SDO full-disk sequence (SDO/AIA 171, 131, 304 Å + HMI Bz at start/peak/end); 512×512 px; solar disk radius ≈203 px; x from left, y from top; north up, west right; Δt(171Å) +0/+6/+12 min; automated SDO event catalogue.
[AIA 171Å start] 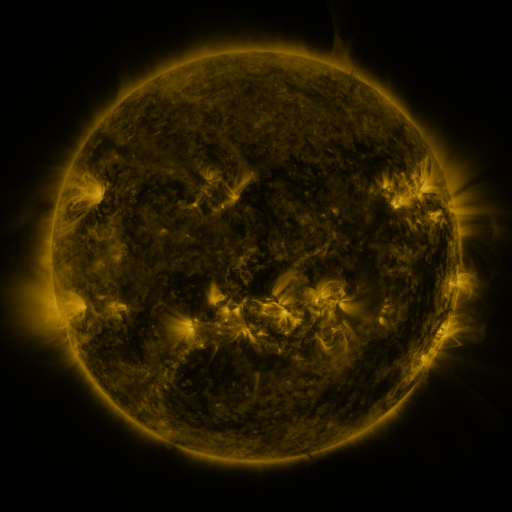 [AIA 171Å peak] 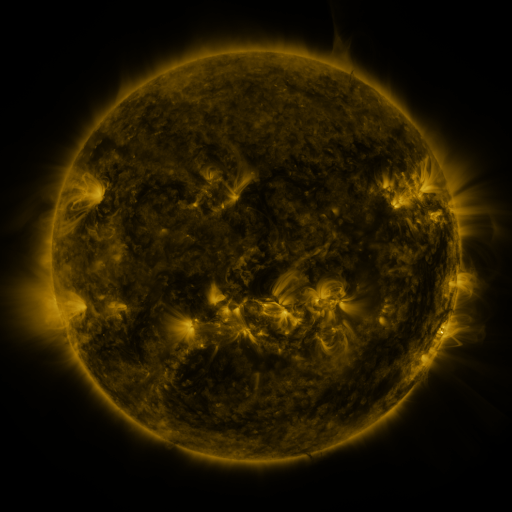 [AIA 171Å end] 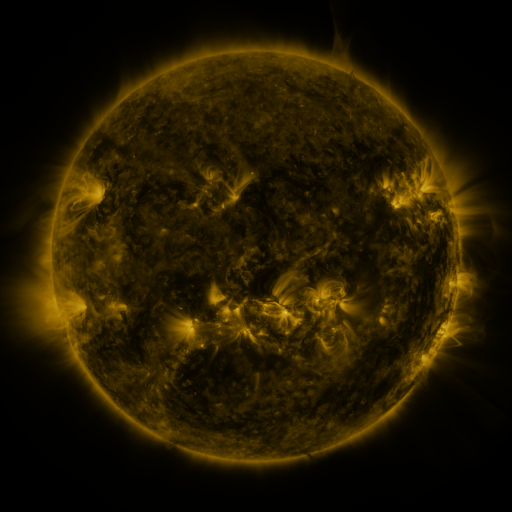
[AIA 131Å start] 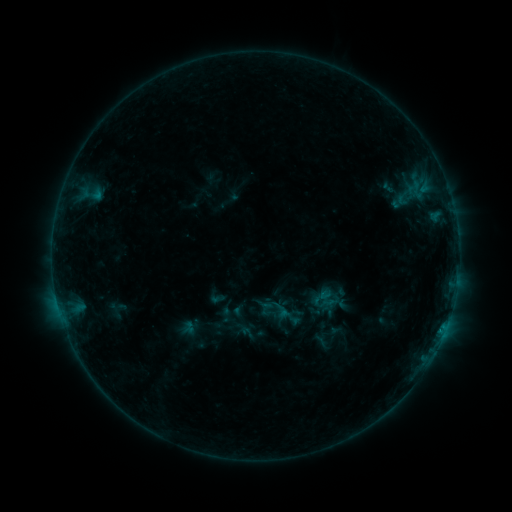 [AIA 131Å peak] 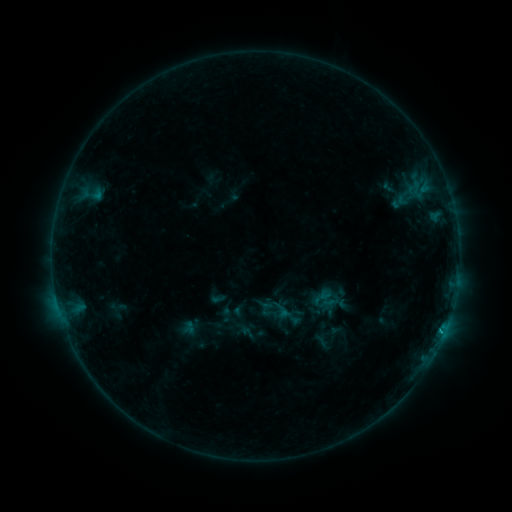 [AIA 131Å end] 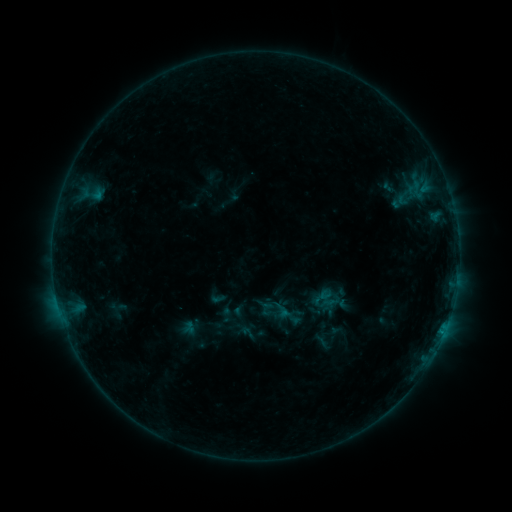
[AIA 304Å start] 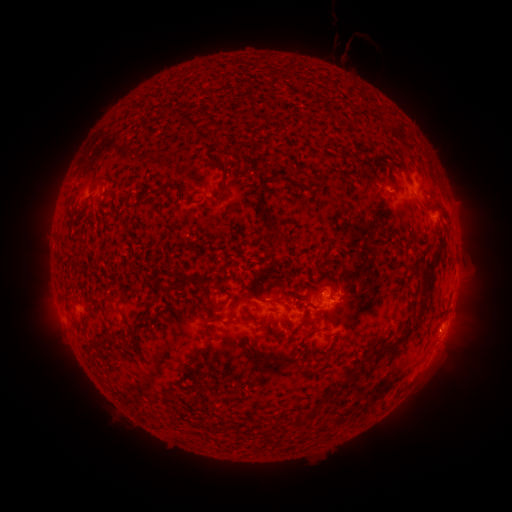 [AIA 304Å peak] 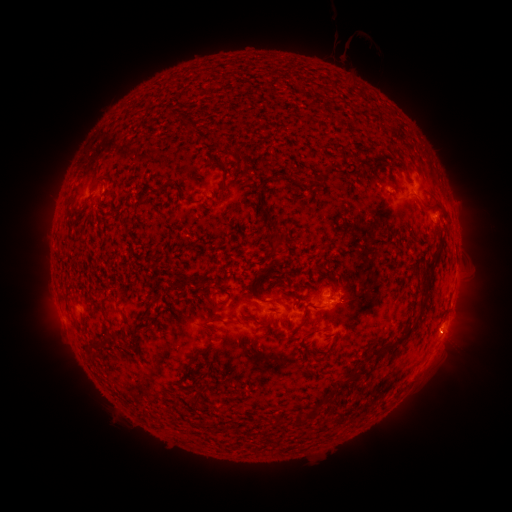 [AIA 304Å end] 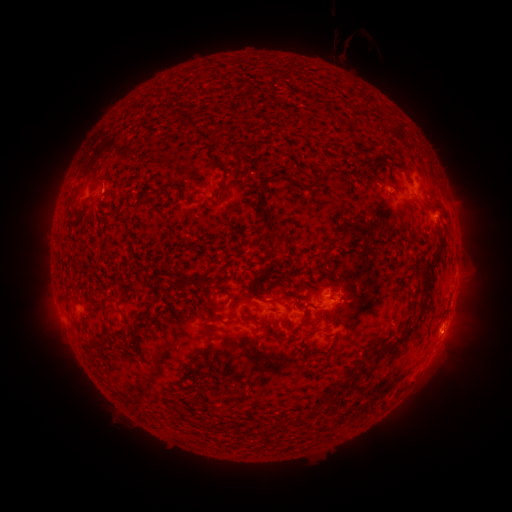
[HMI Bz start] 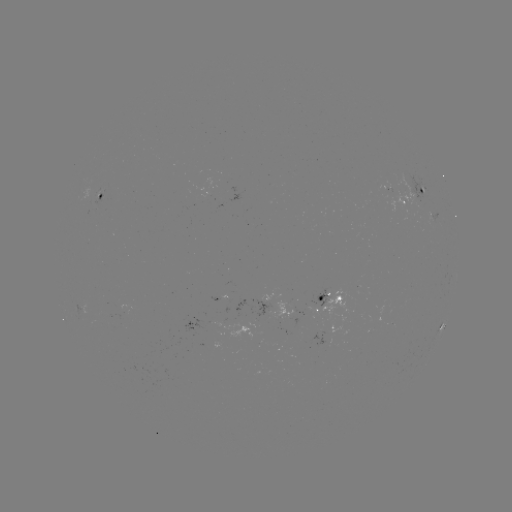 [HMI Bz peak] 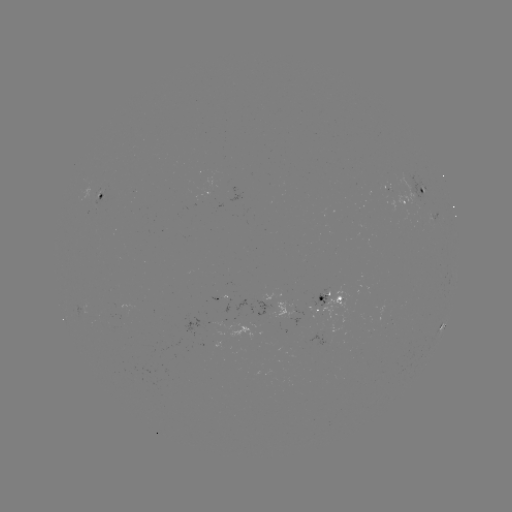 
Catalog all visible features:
B4.4 flare: (440, 332)
